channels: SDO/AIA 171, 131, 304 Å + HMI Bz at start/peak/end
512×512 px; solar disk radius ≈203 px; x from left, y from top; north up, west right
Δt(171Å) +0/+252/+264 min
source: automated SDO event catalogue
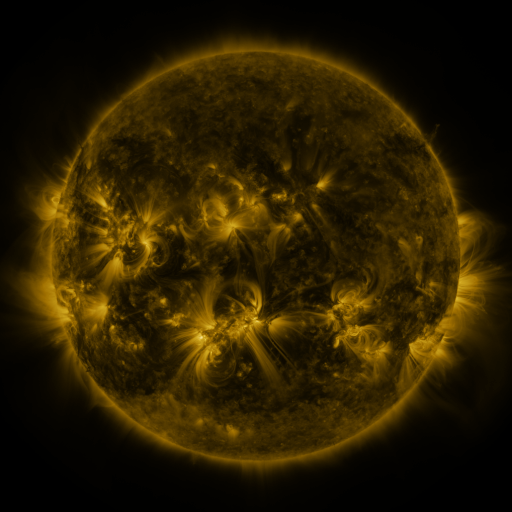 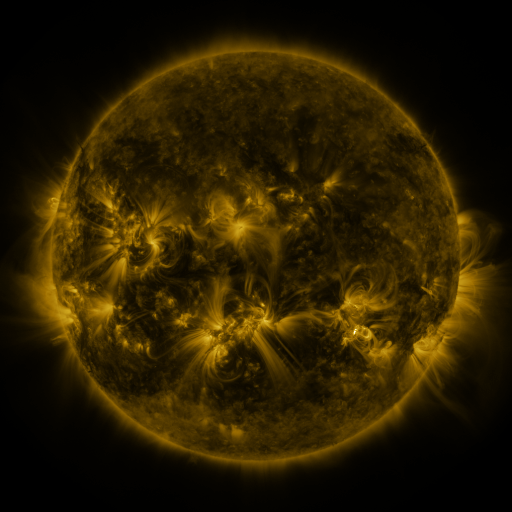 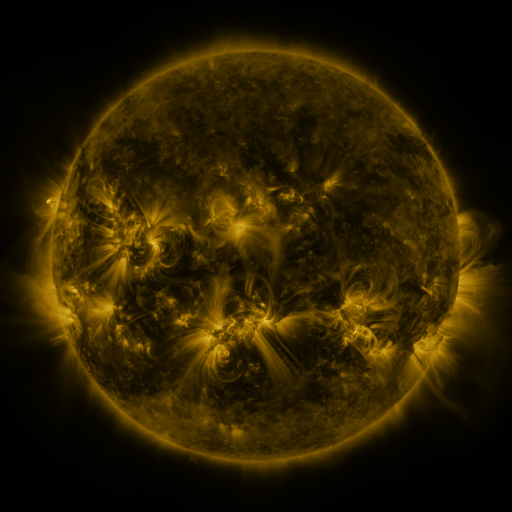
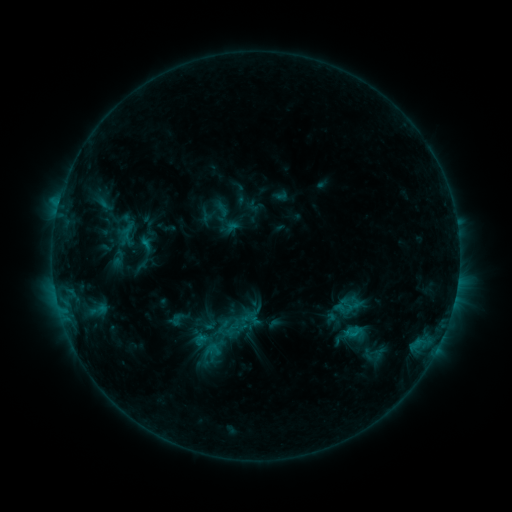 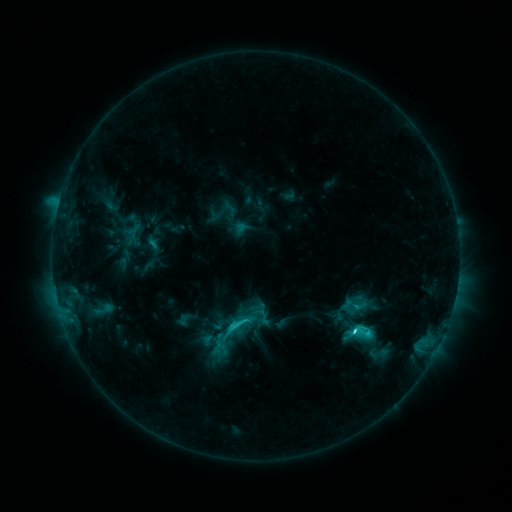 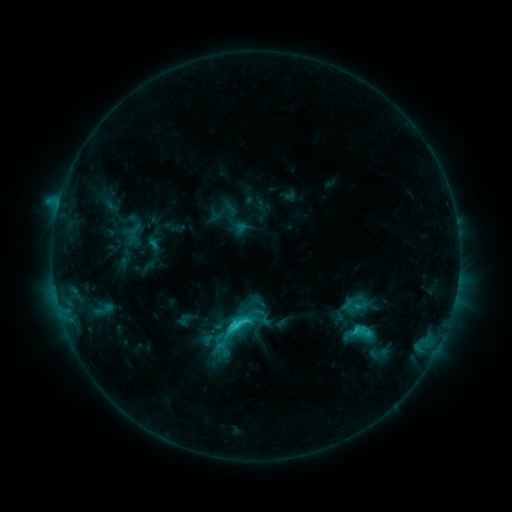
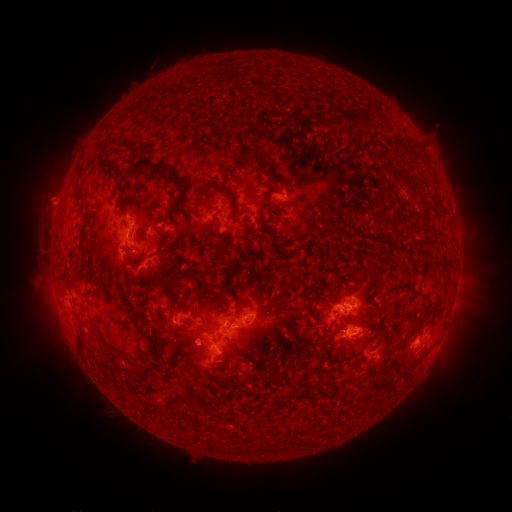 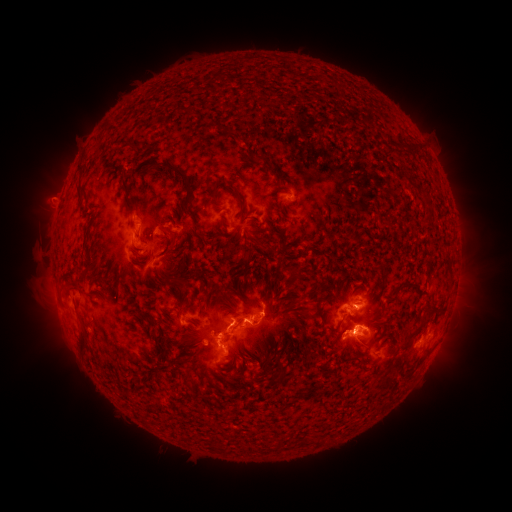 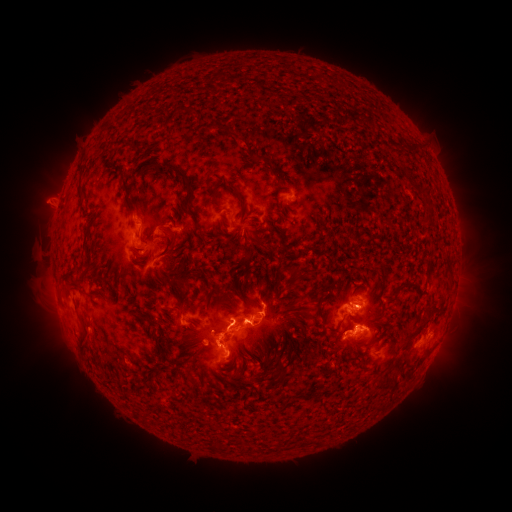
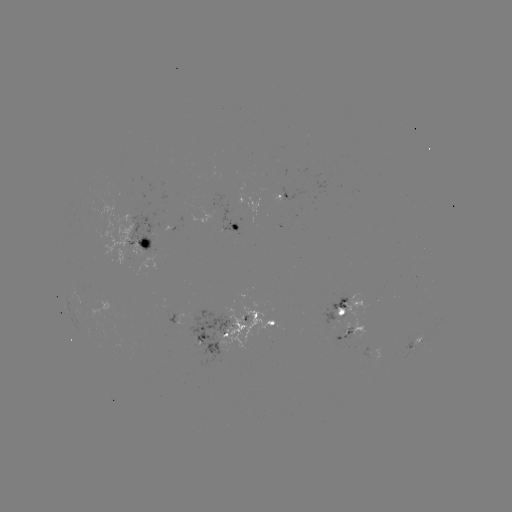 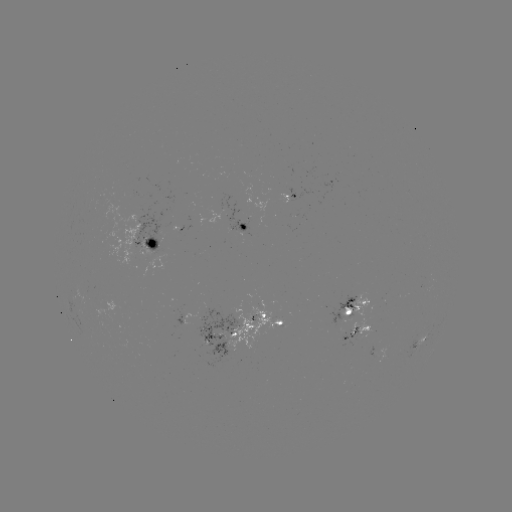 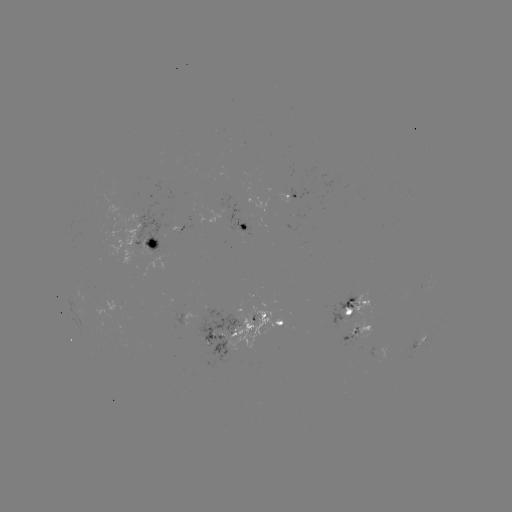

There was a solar emerging-flux region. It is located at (343, 315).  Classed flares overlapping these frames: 5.